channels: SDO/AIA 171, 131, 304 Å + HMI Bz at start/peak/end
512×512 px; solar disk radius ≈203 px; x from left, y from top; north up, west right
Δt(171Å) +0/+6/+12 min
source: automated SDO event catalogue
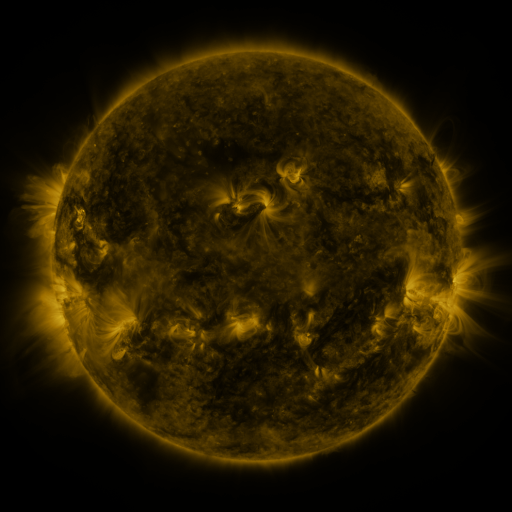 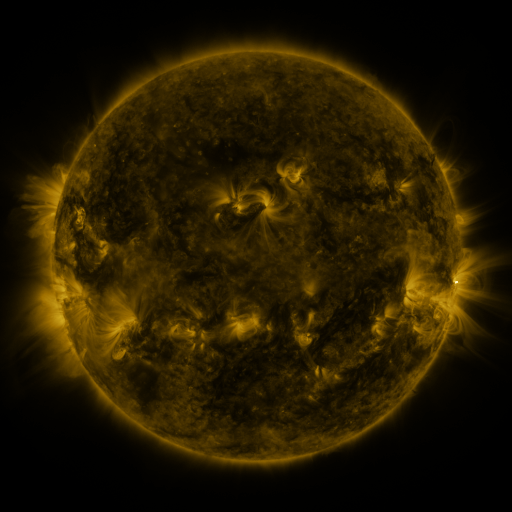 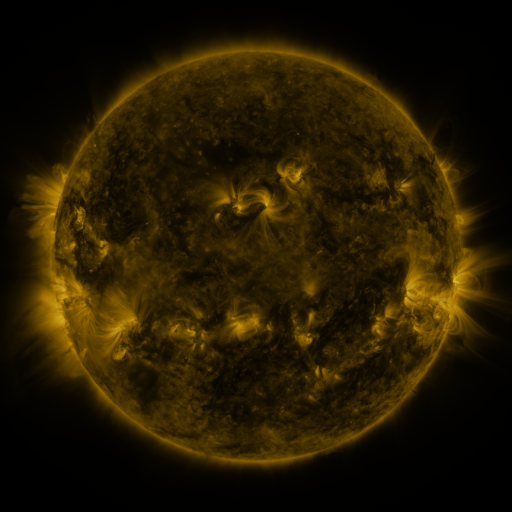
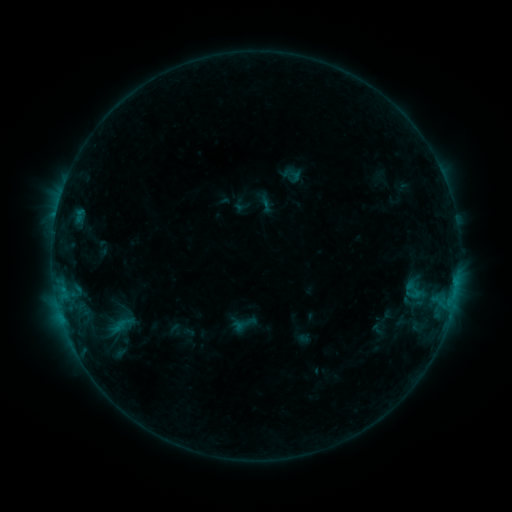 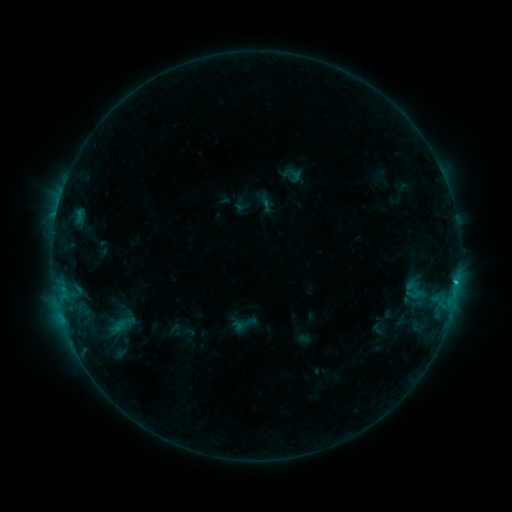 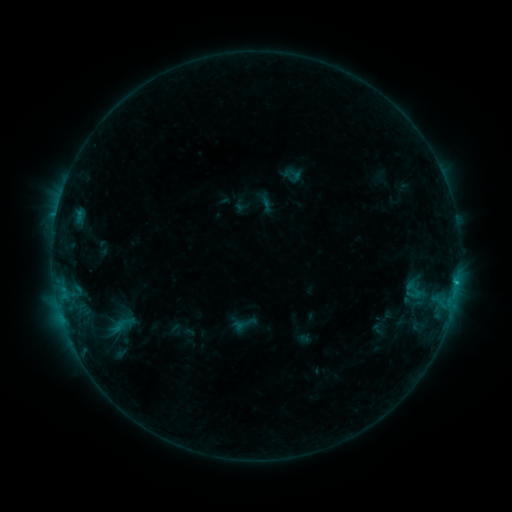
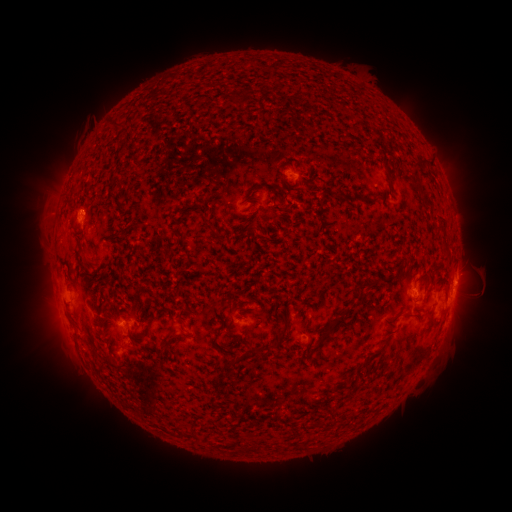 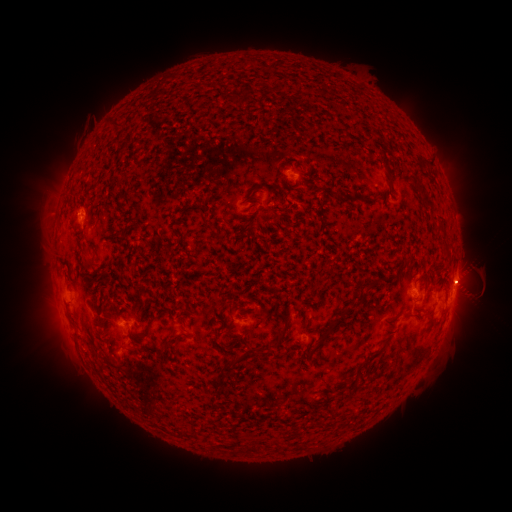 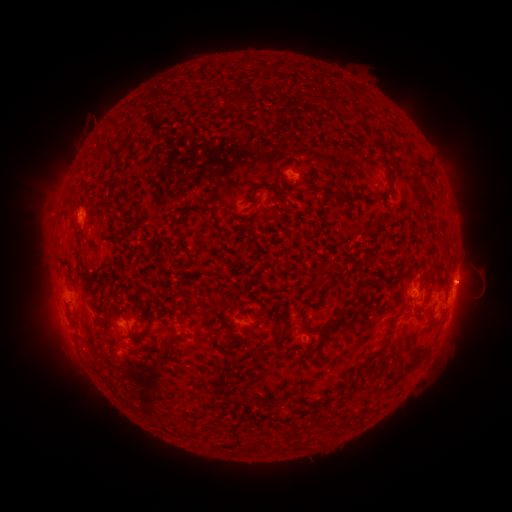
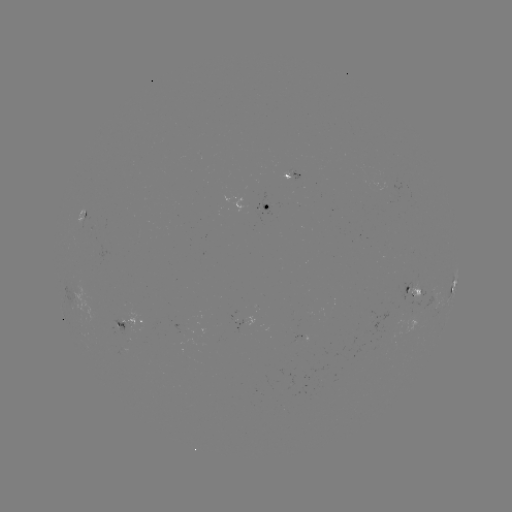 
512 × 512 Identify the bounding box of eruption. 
[442, 254, 495, 304].